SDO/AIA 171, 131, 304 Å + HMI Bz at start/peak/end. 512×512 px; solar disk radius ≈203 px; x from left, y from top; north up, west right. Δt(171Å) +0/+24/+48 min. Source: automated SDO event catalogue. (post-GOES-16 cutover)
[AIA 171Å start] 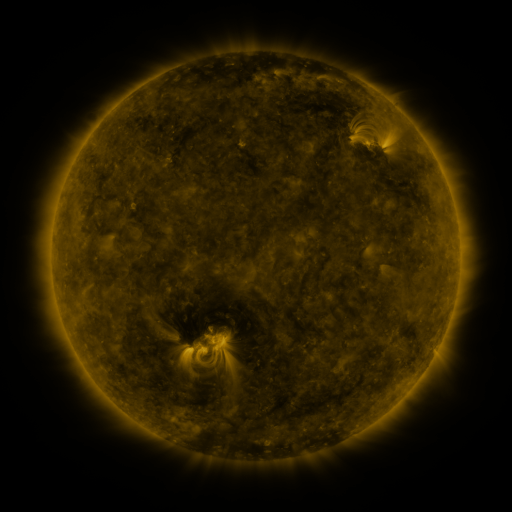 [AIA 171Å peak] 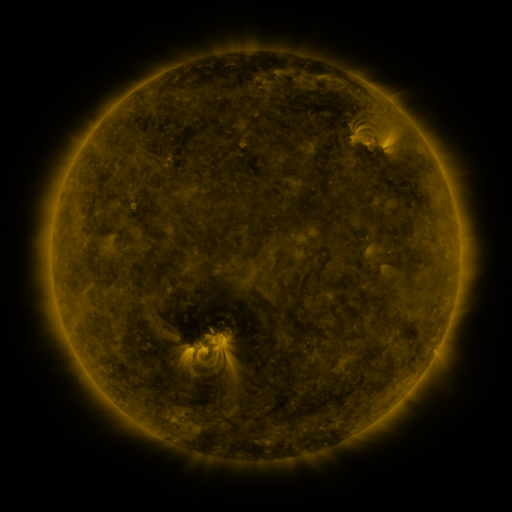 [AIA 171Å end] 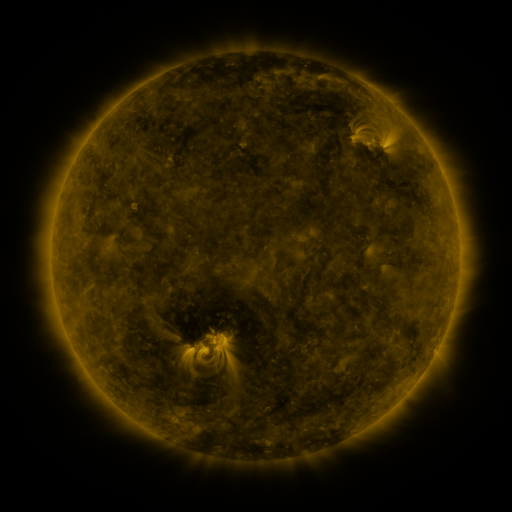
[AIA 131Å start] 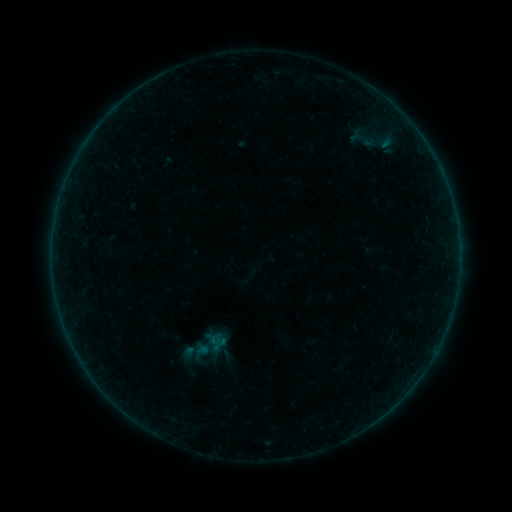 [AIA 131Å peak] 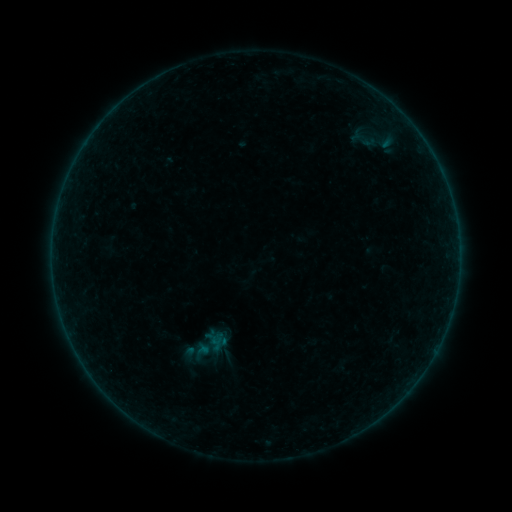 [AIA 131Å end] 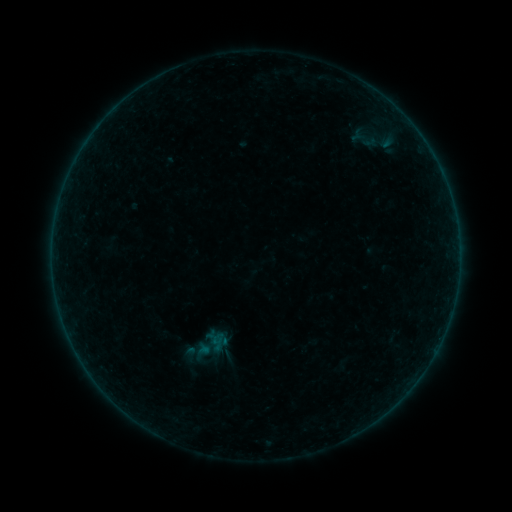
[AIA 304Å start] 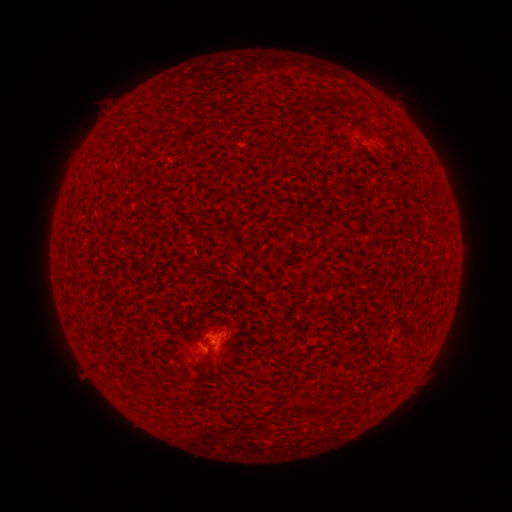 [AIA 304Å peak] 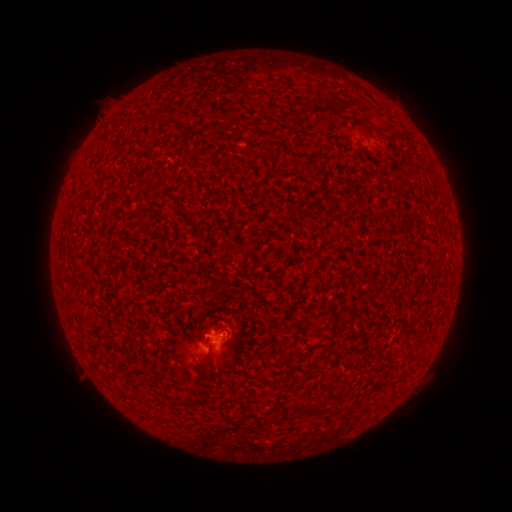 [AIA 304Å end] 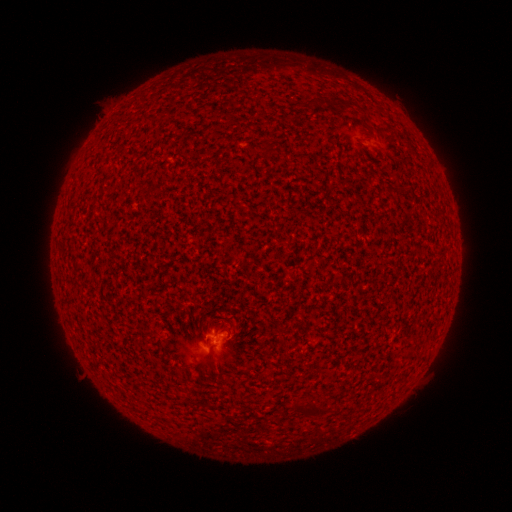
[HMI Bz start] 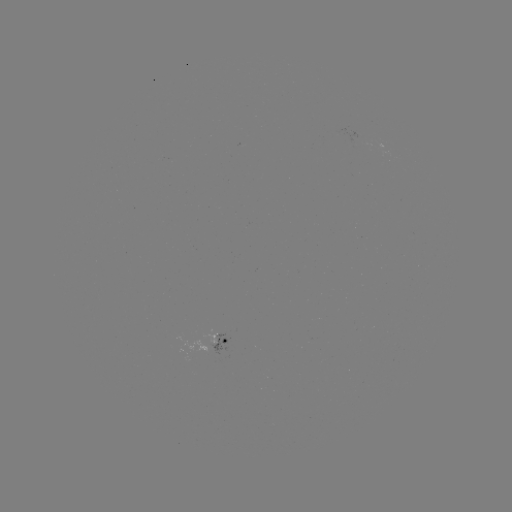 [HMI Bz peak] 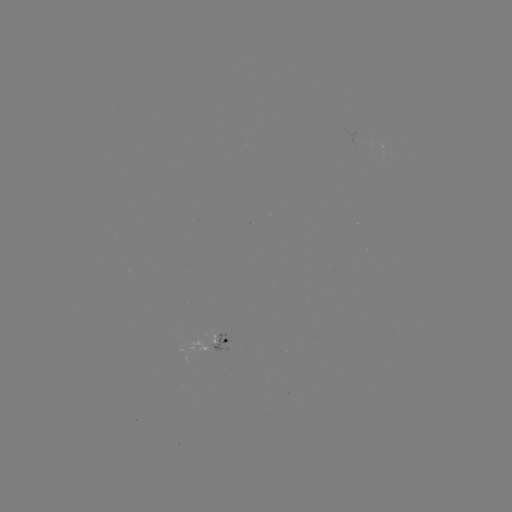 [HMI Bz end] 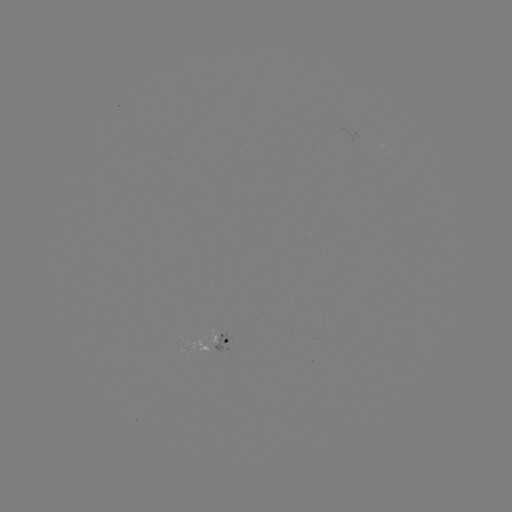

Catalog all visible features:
B1.3 flare: (216, 330)
